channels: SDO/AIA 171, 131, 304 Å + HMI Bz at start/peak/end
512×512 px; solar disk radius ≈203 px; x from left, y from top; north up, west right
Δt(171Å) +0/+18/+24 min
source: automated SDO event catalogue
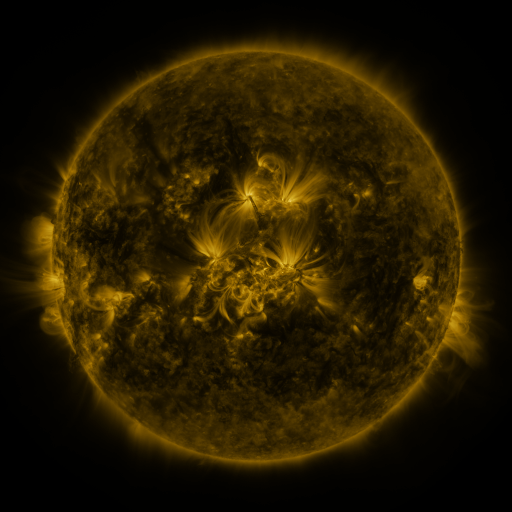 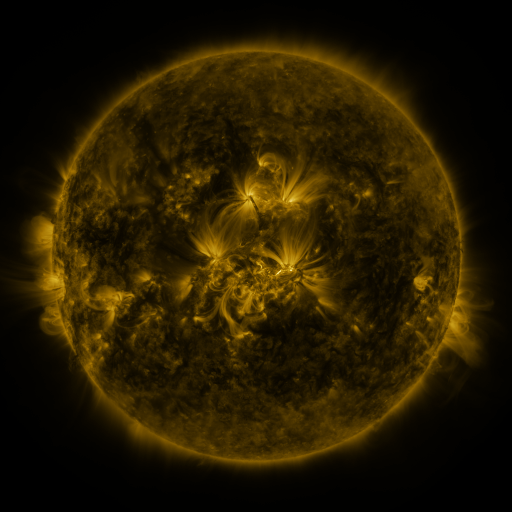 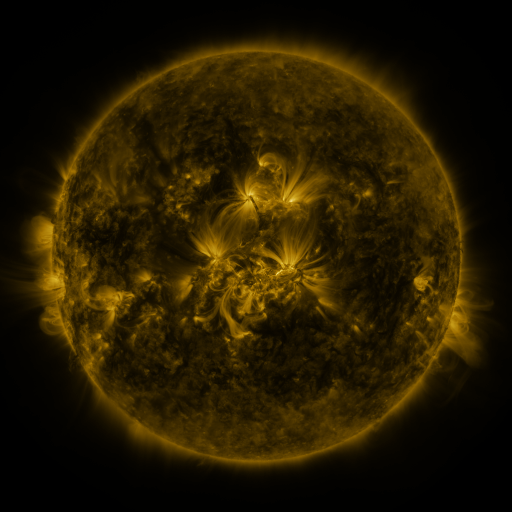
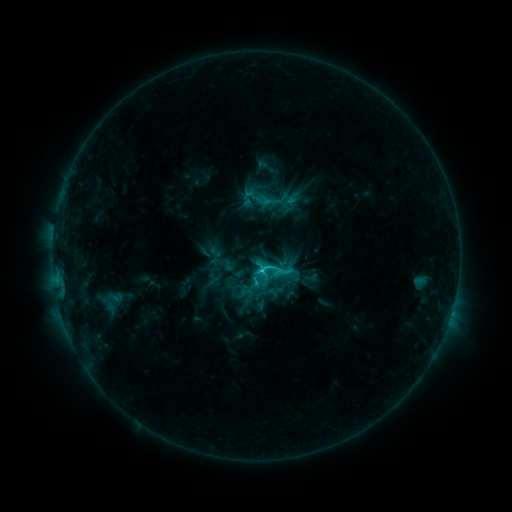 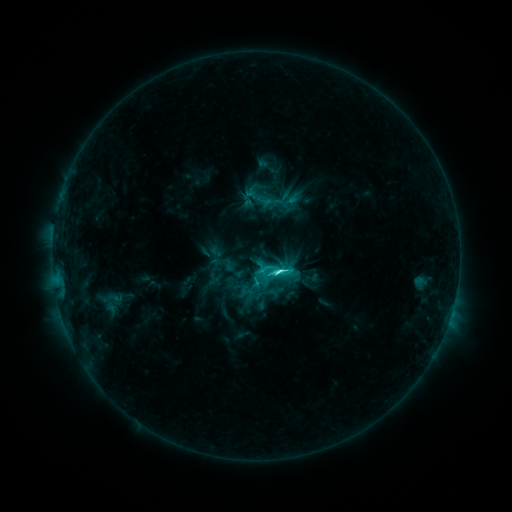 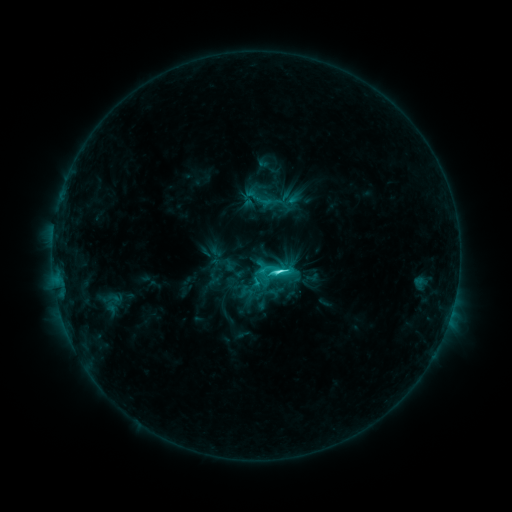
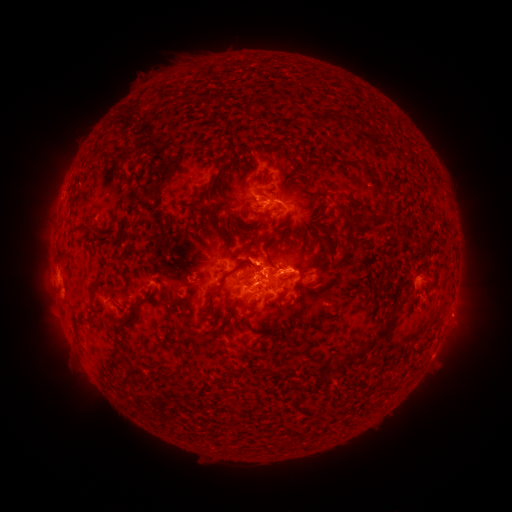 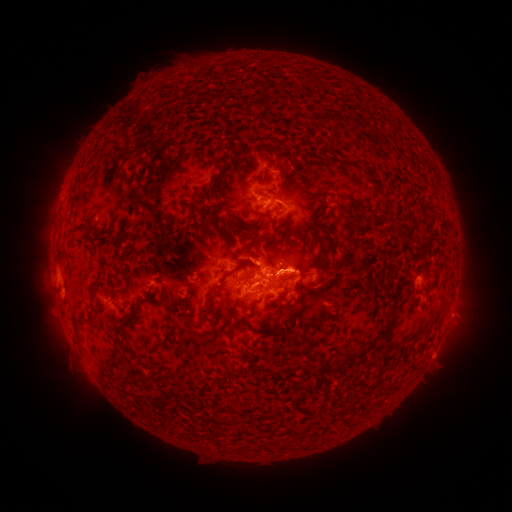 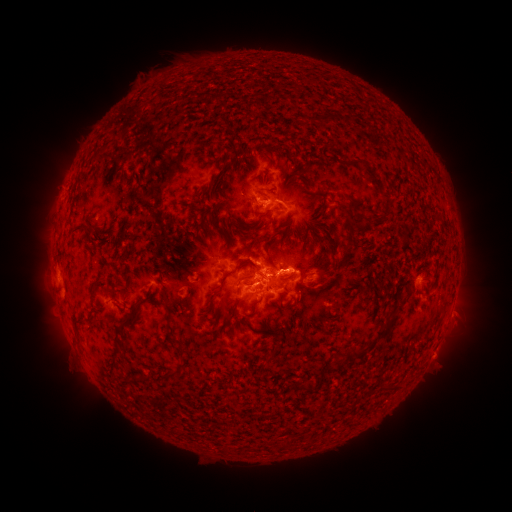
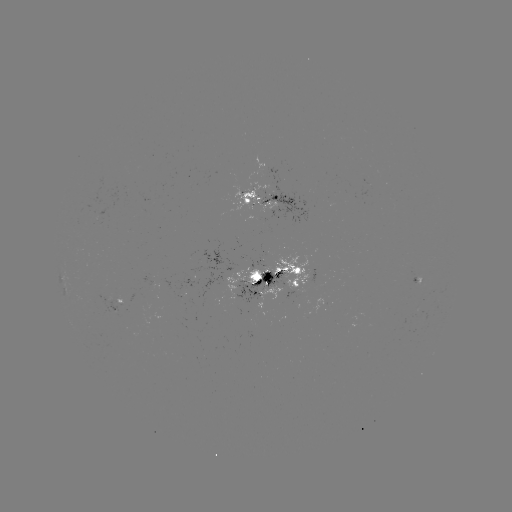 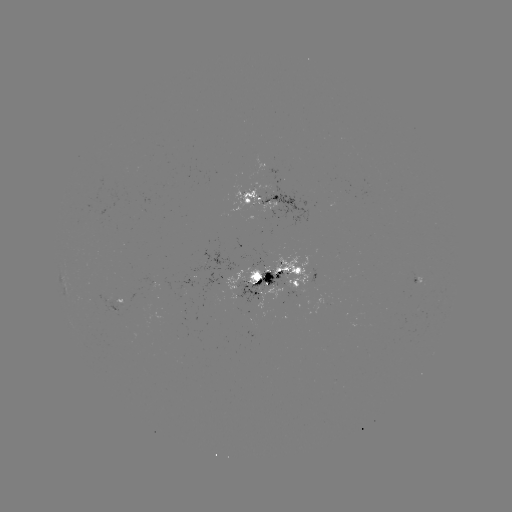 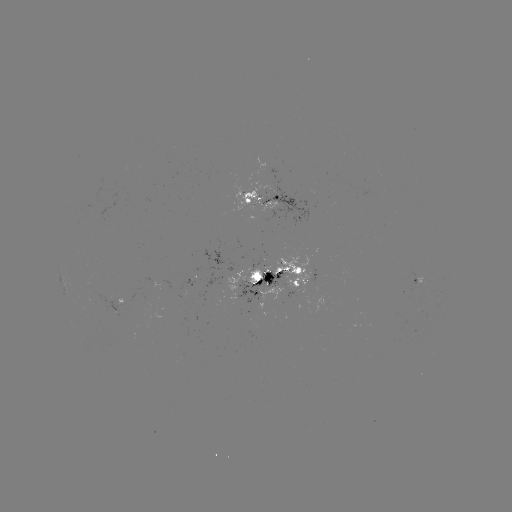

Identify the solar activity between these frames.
C6.5 flare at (277, 269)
